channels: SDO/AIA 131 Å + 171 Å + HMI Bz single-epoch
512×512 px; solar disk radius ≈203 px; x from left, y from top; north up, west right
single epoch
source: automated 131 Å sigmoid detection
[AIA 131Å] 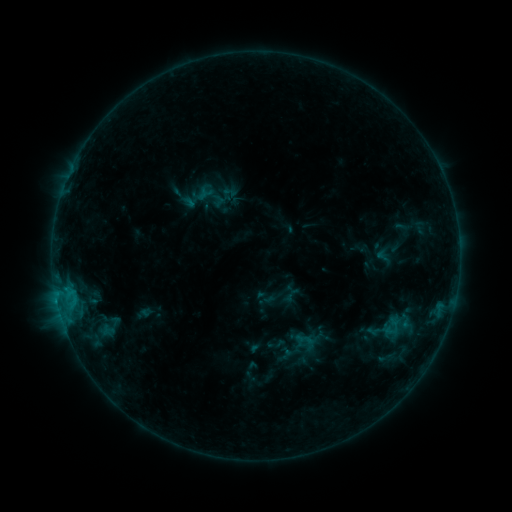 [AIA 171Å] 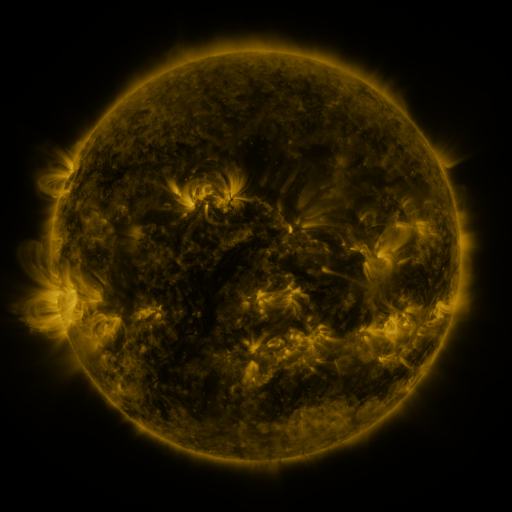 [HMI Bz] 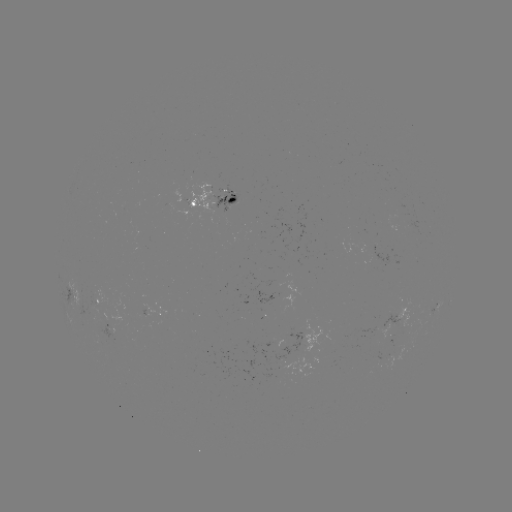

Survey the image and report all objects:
sigmoid: (395, 326)
